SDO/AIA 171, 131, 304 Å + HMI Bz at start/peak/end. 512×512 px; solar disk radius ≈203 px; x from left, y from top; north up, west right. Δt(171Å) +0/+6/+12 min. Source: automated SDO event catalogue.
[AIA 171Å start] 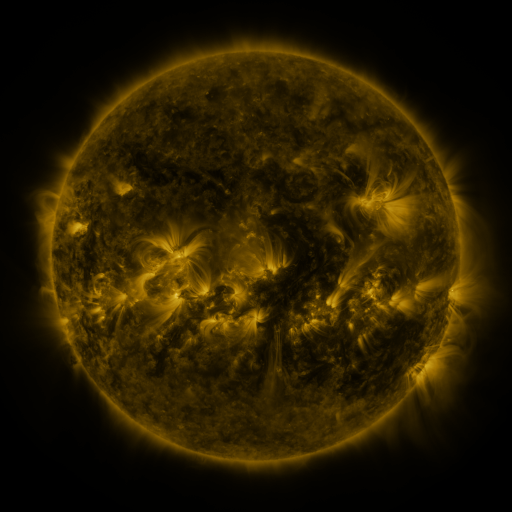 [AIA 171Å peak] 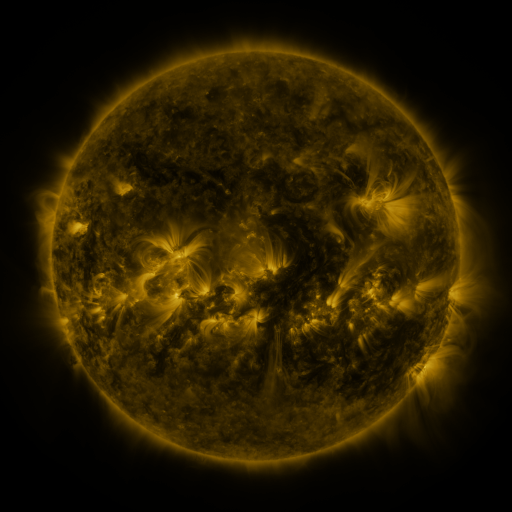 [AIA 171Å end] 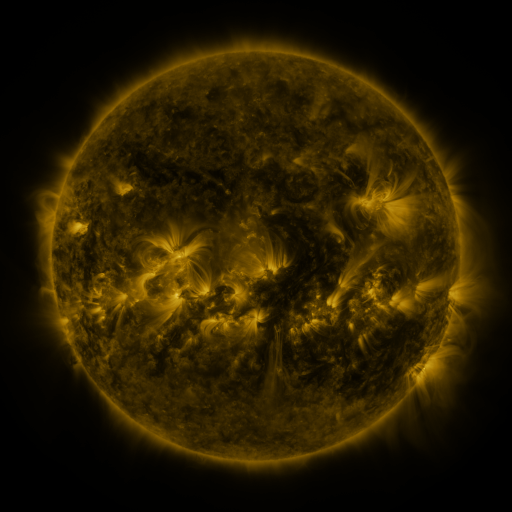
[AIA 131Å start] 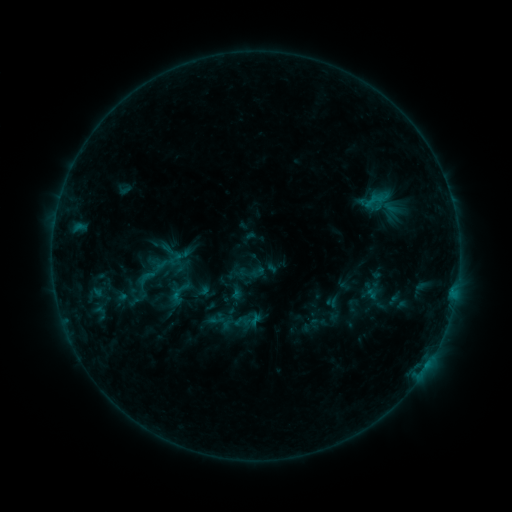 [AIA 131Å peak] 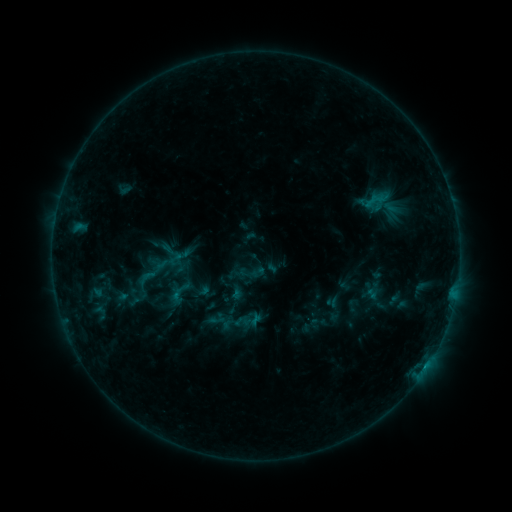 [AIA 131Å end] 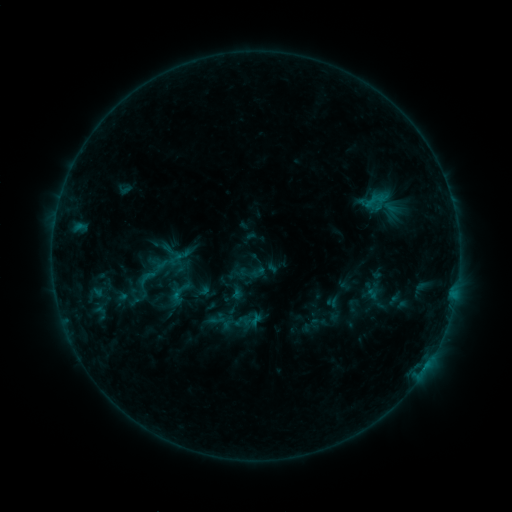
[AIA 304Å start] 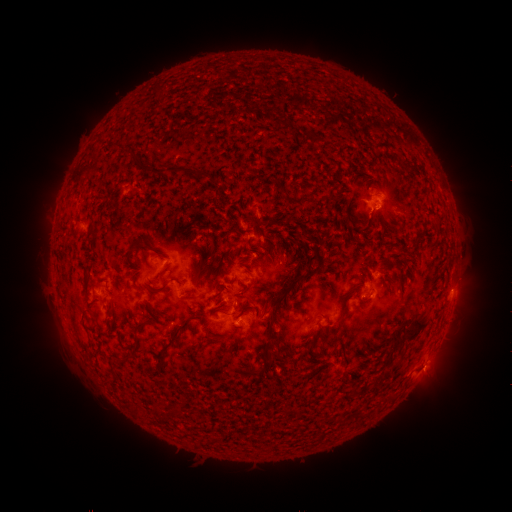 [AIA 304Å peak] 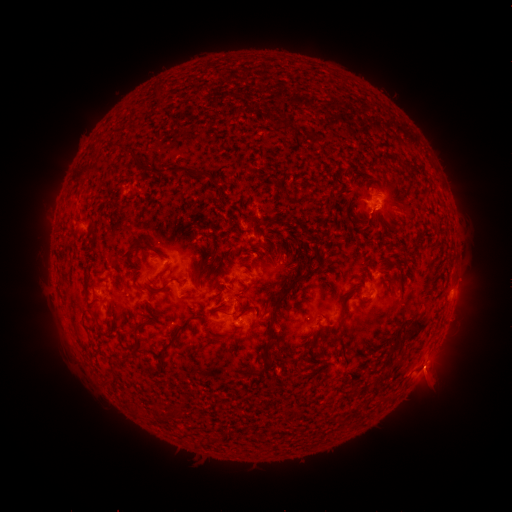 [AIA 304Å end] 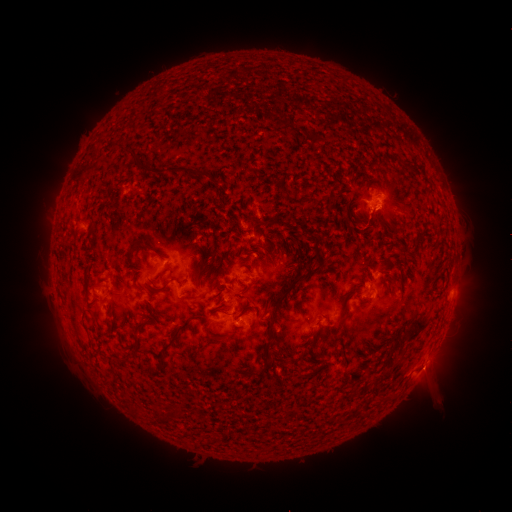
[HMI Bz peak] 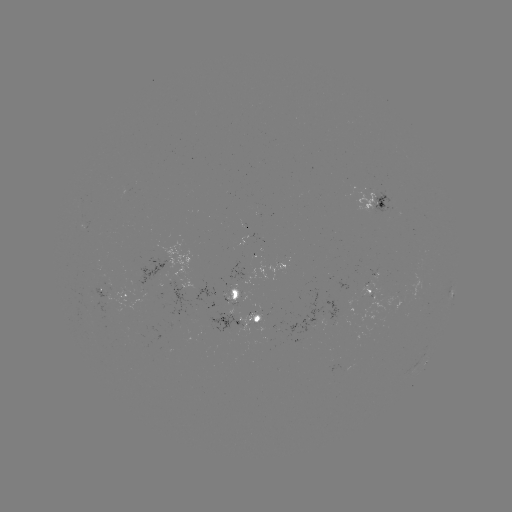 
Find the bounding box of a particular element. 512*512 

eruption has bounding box [409, 346, 465, 407].